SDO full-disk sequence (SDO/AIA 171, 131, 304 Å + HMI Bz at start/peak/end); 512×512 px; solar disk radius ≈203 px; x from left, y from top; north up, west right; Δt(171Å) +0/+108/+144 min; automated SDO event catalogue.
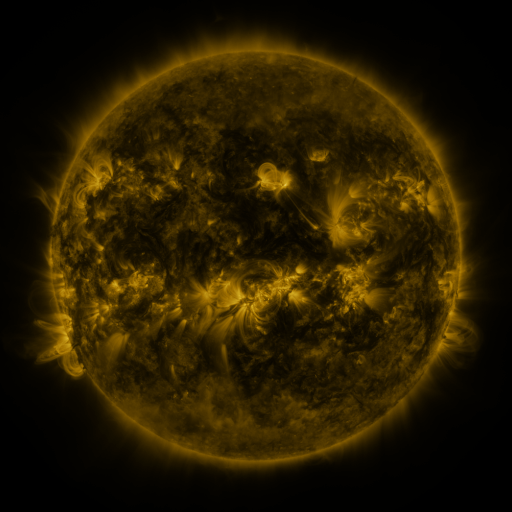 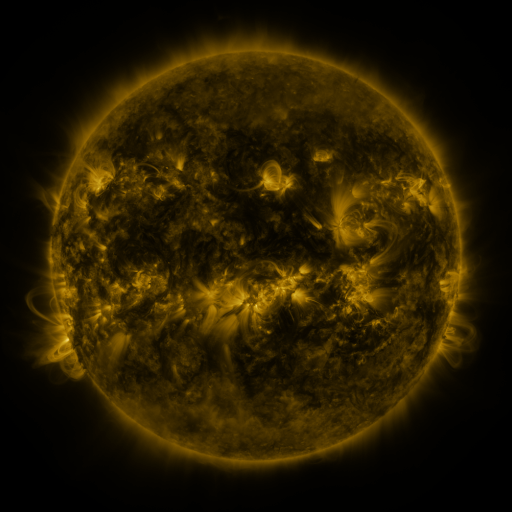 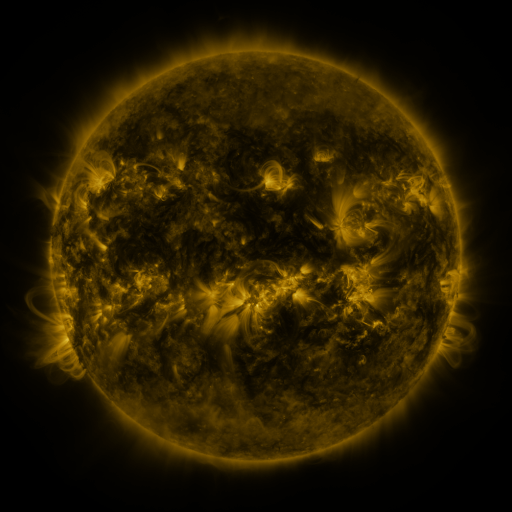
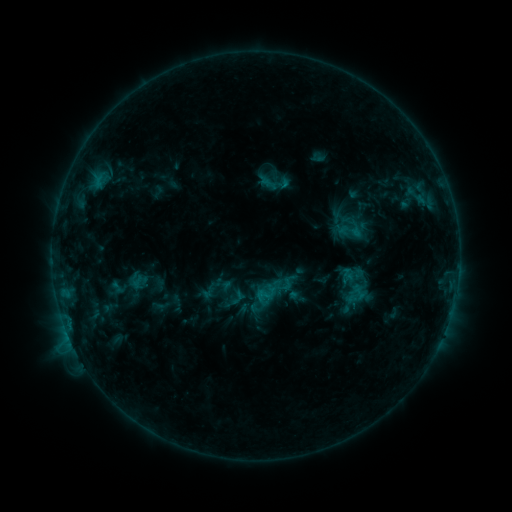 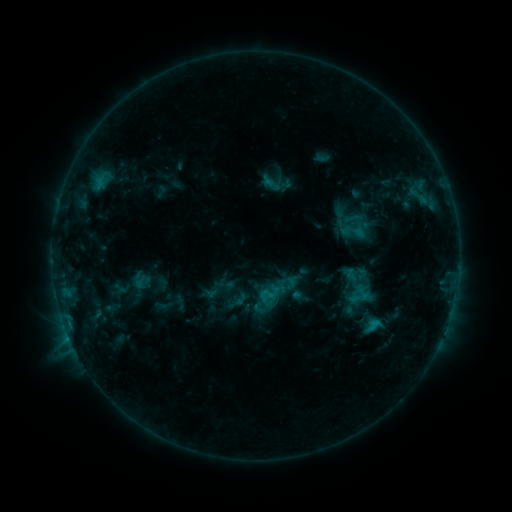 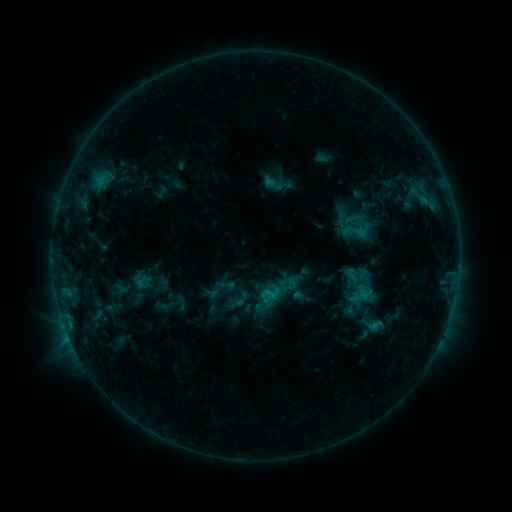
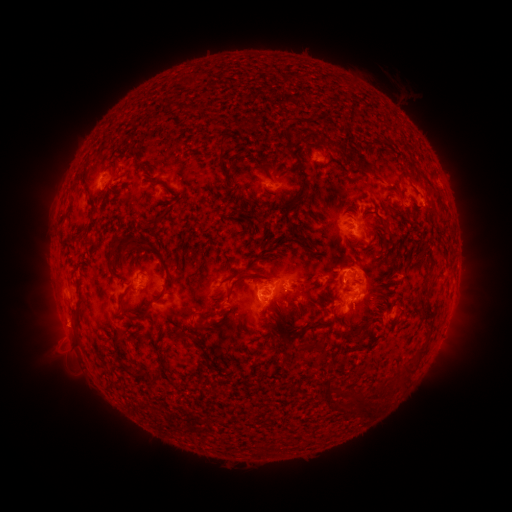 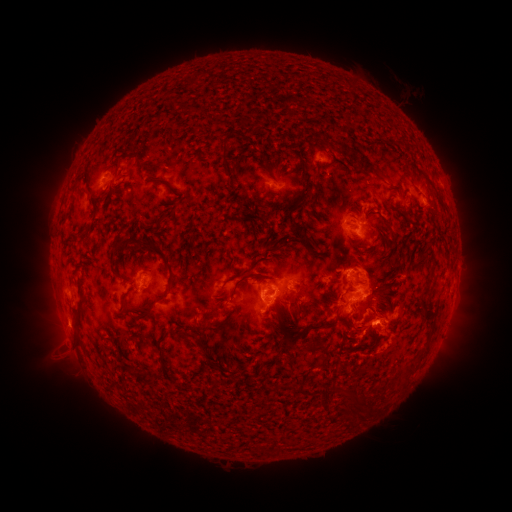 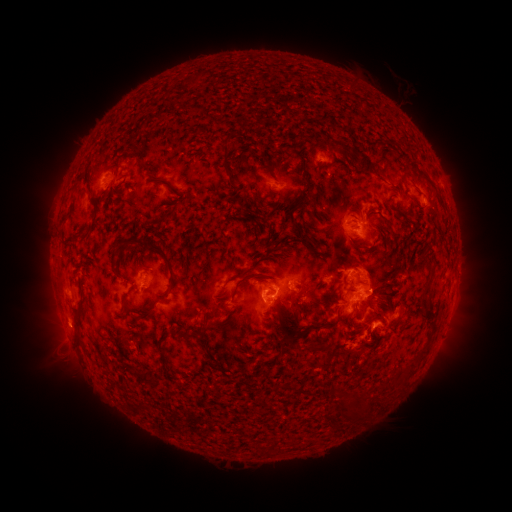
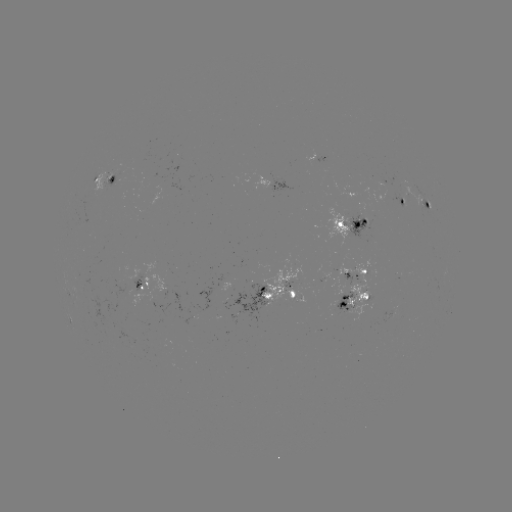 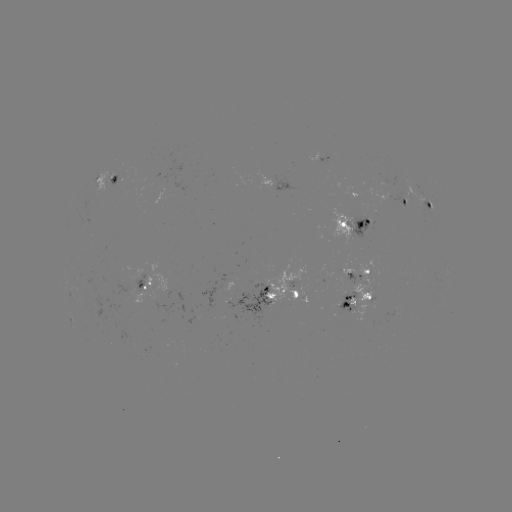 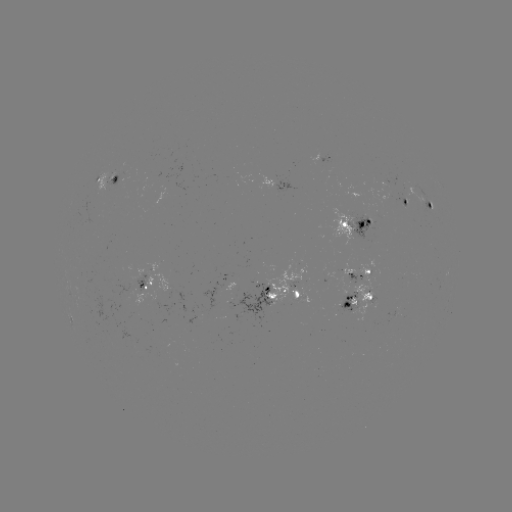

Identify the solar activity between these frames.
emerging-flux region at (255, 291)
